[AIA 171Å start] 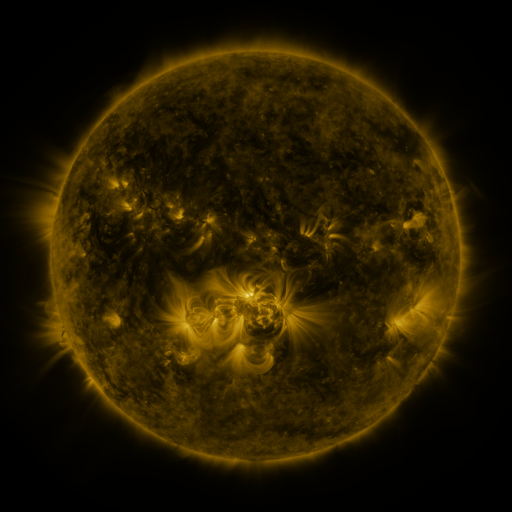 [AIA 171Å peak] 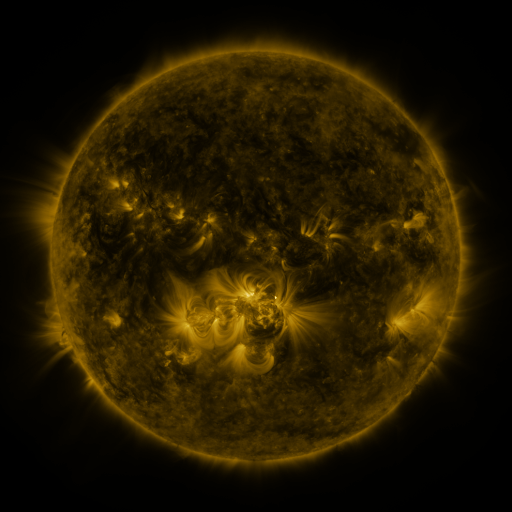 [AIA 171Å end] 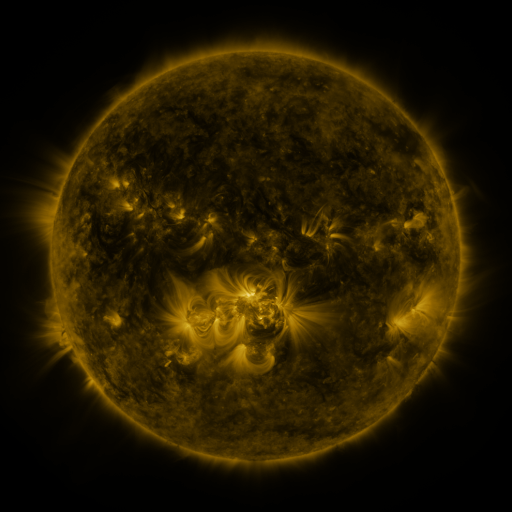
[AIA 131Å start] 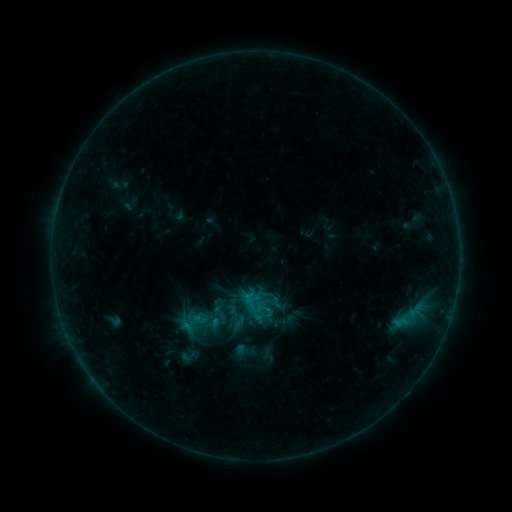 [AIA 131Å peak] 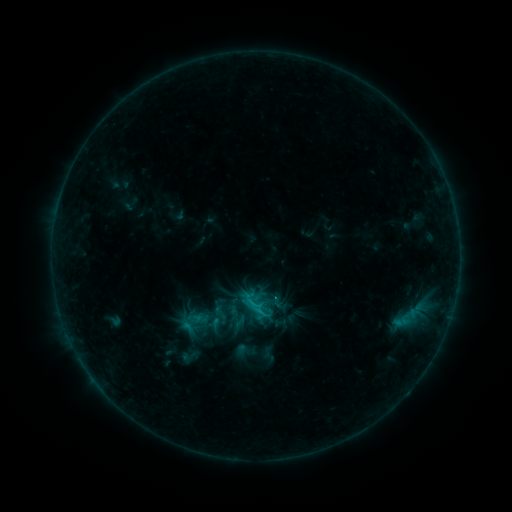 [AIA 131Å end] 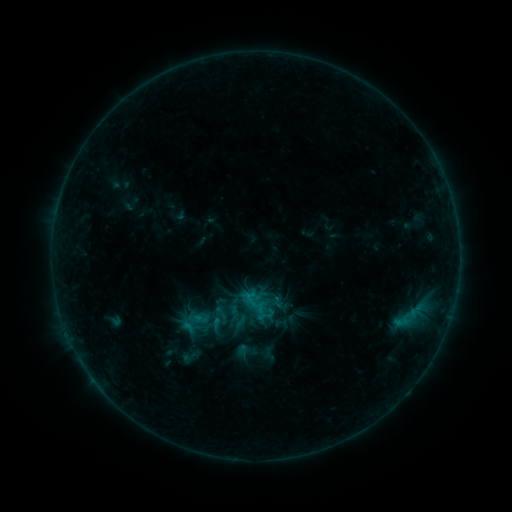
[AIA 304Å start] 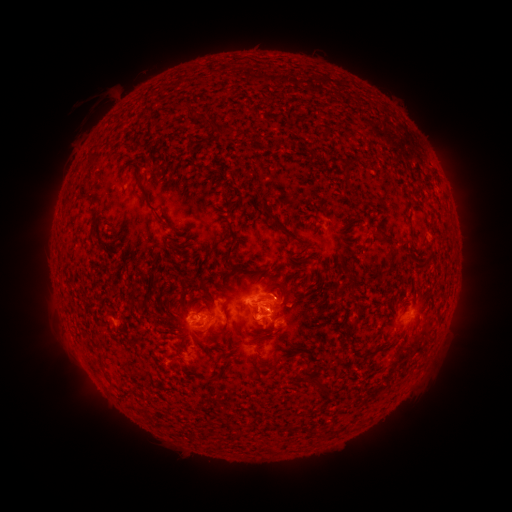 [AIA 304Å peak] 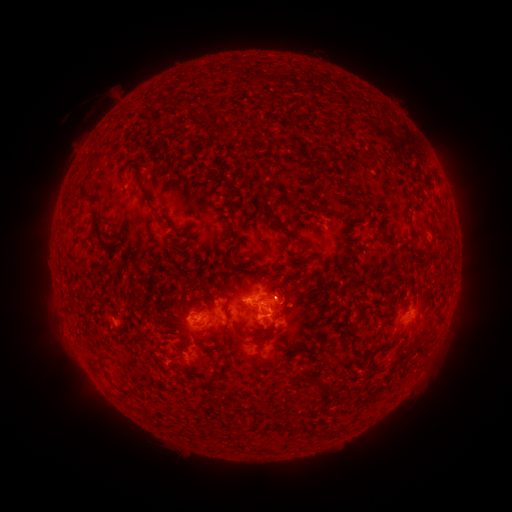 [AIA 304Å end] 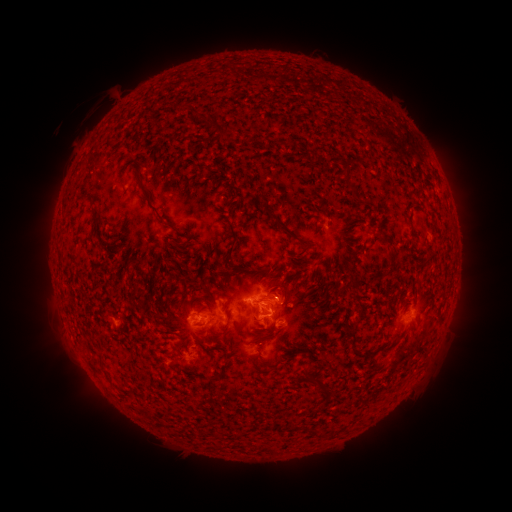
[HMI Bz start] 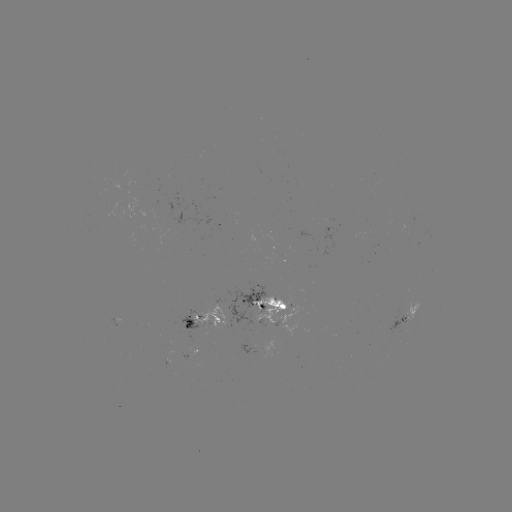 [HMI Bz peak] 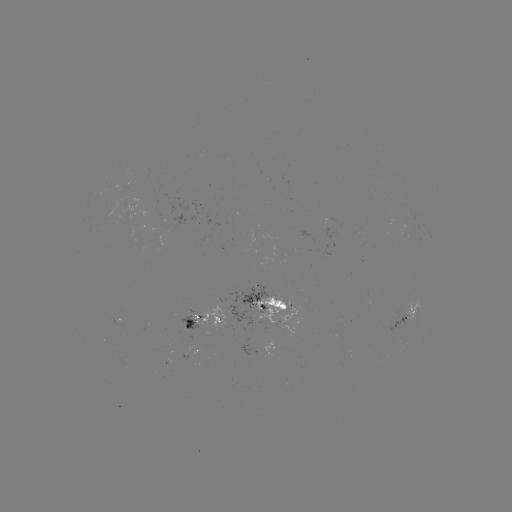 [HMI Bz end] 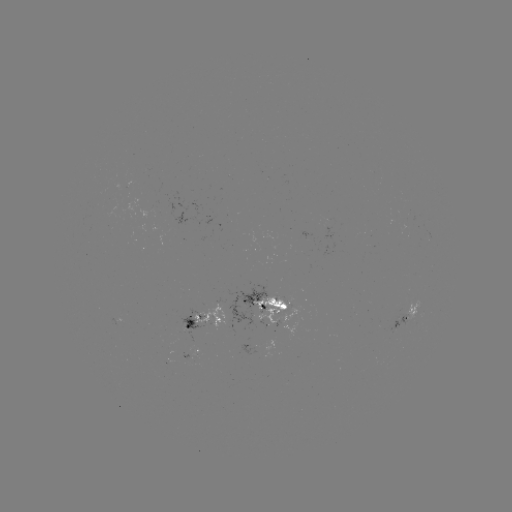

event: flare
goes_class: B9.5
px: (259, 310)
